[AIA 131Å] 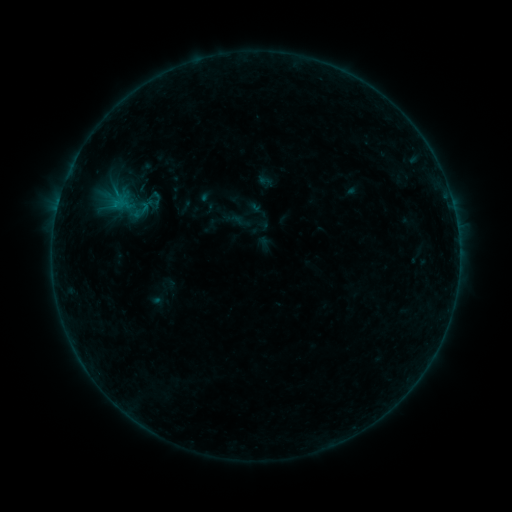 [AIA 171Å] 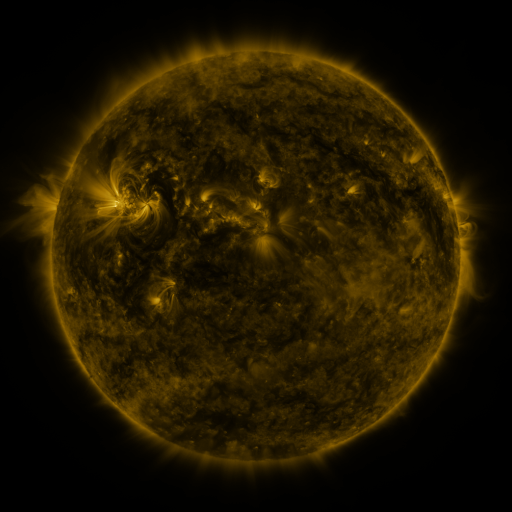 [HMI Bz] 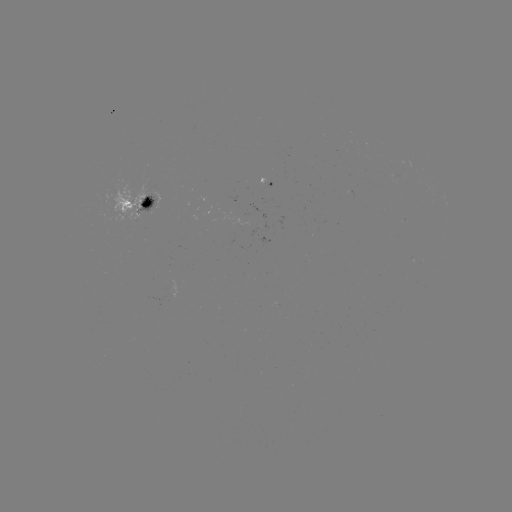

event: sigmoid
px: (155, 199)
